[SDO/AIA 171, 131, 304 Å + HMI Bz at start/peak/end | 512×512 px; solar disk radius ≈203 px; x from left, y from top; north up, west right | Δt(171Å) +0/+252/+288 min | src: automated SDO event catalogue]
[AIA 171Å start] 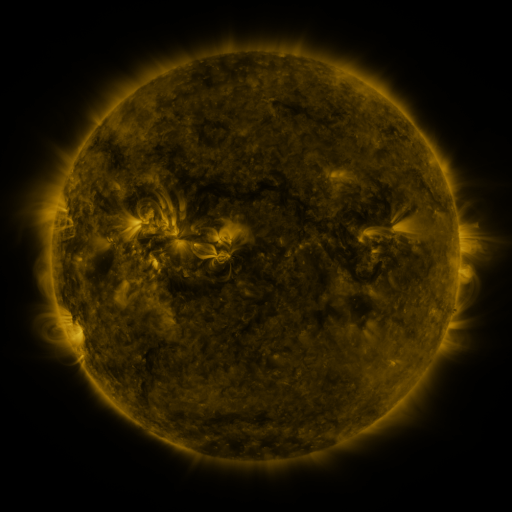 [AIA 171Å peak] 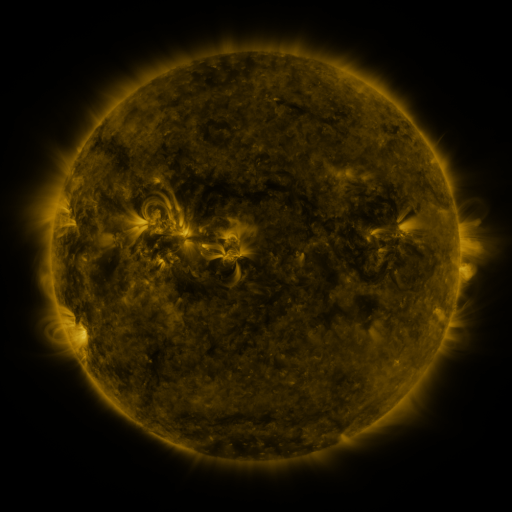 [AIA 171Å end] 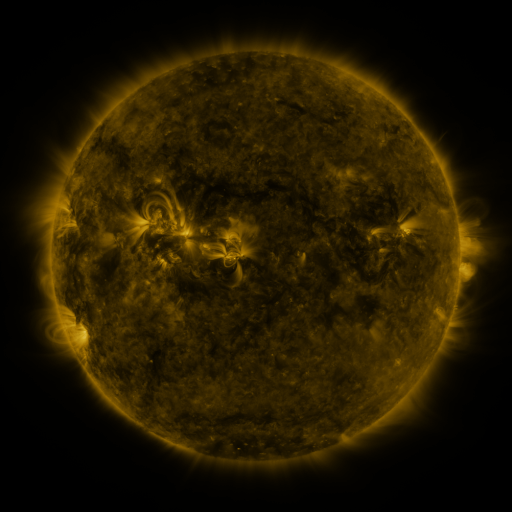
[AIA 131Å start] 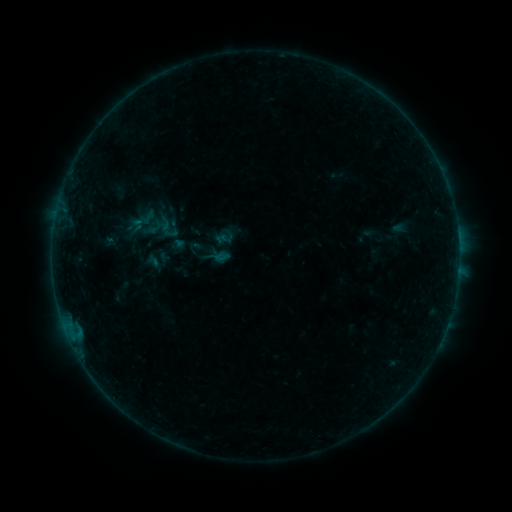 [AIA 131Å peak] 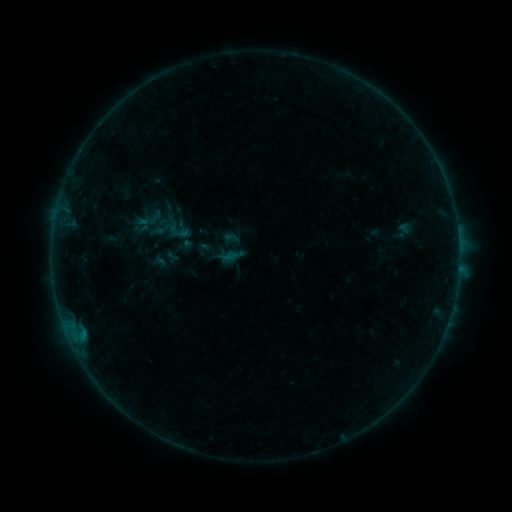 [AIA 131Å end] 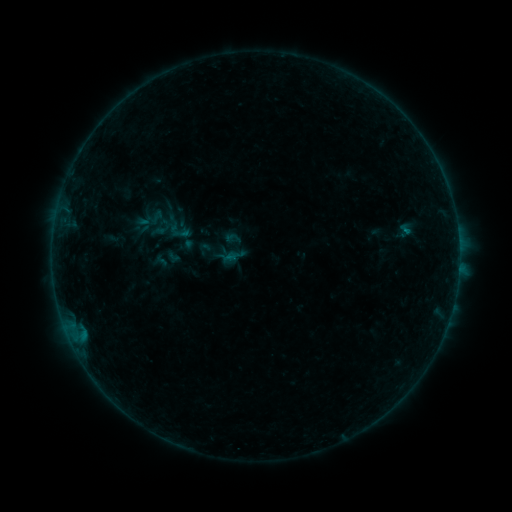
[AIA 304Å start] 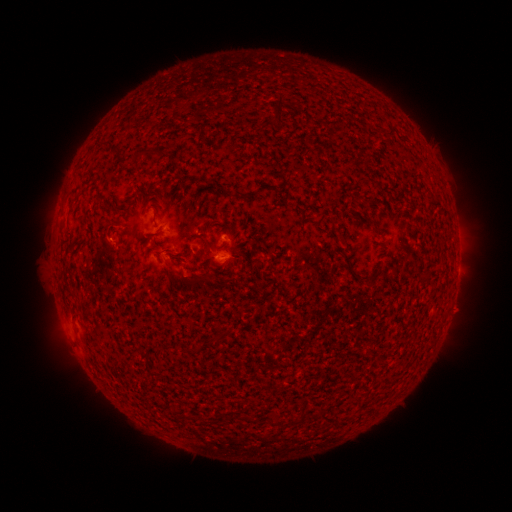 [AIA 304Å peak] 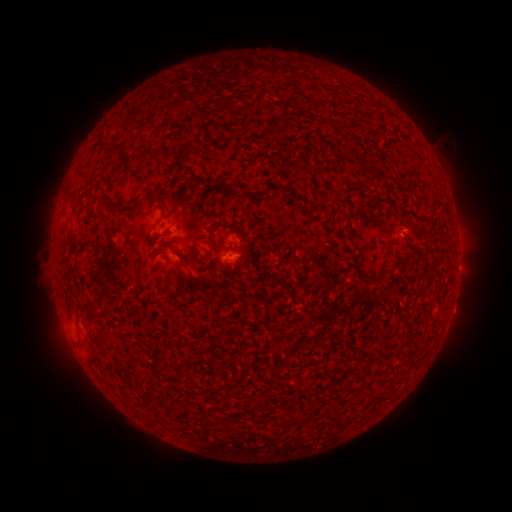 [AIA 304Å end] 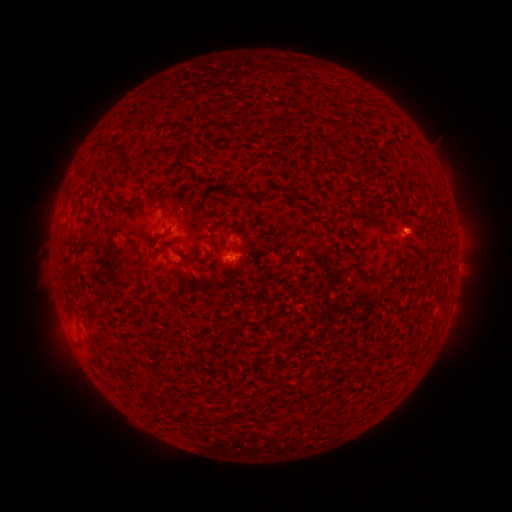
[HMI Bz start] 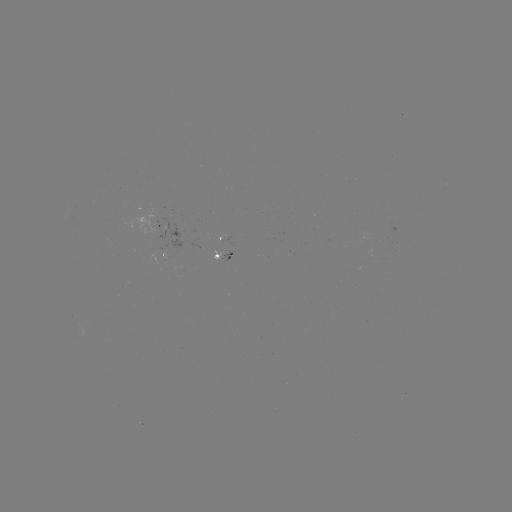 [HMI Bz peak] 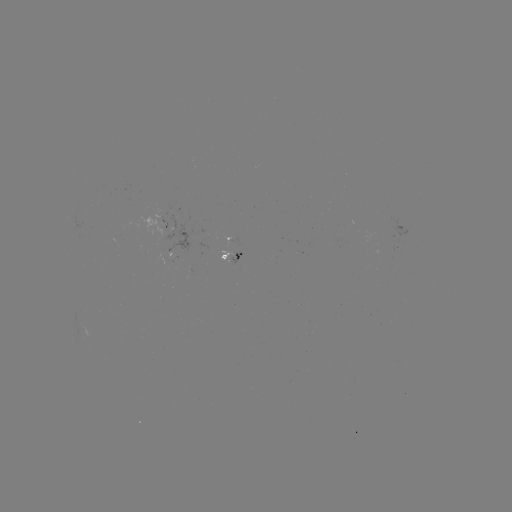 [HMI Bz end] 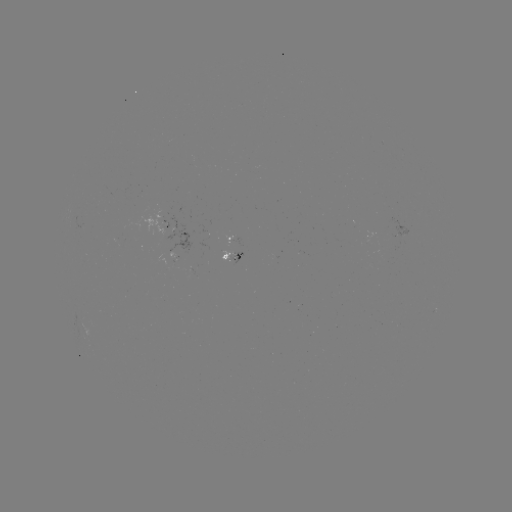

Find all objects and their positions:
emerging-flux region: (173, 256)
